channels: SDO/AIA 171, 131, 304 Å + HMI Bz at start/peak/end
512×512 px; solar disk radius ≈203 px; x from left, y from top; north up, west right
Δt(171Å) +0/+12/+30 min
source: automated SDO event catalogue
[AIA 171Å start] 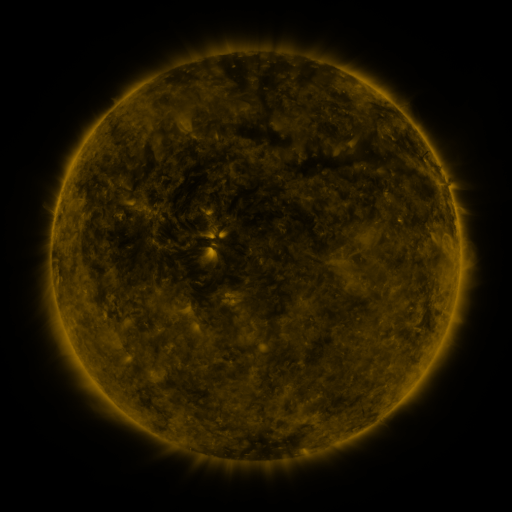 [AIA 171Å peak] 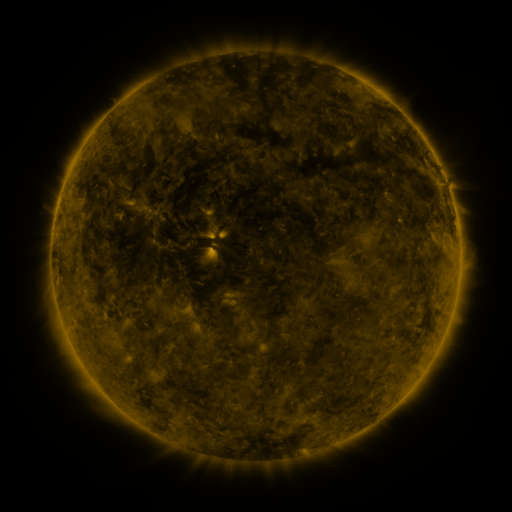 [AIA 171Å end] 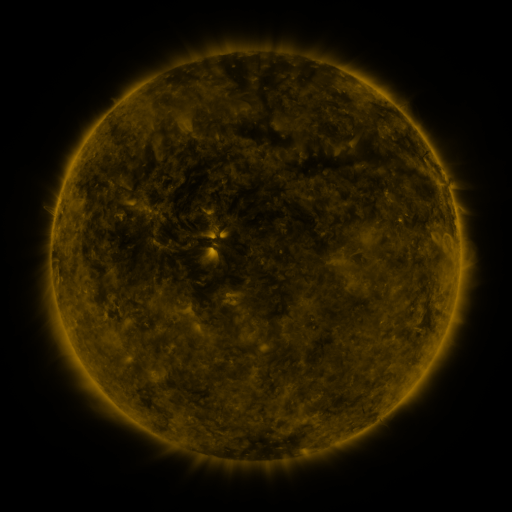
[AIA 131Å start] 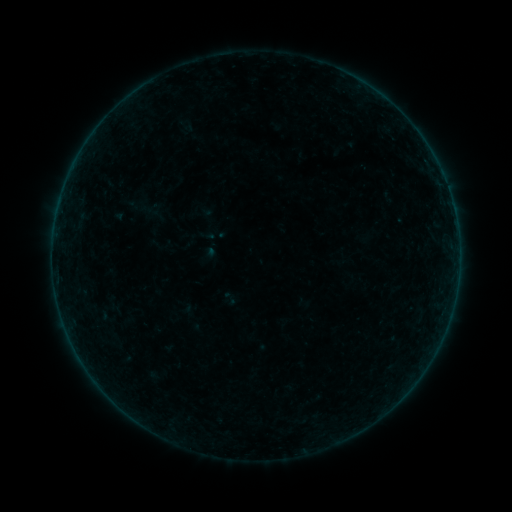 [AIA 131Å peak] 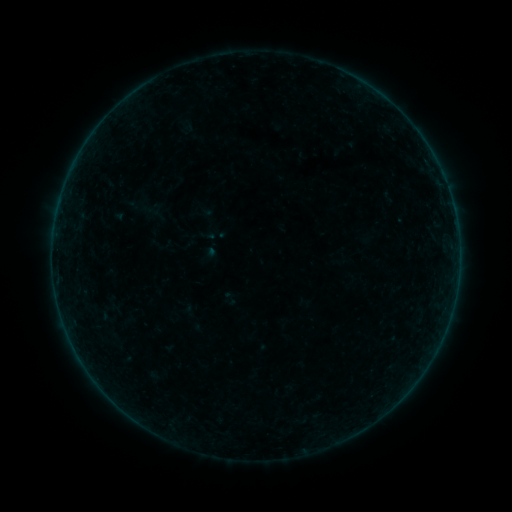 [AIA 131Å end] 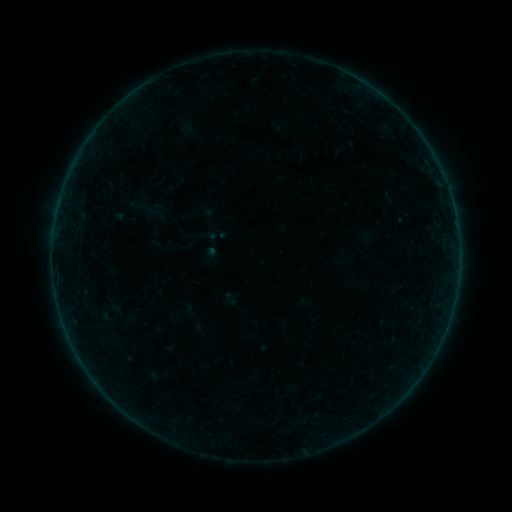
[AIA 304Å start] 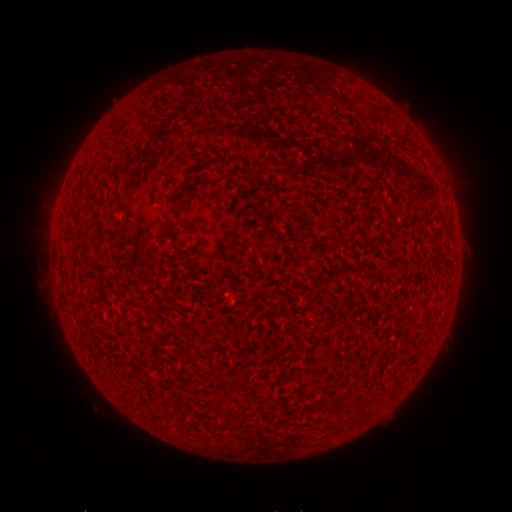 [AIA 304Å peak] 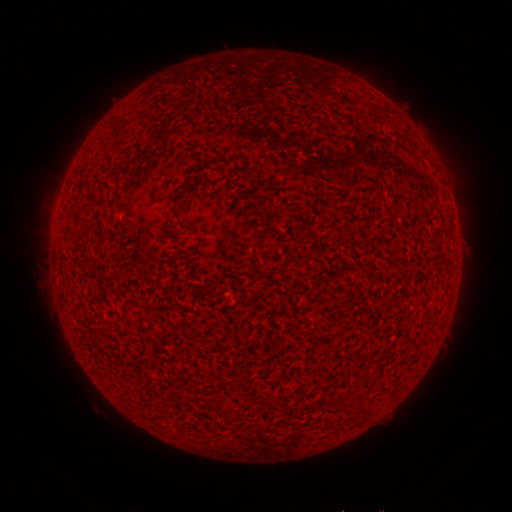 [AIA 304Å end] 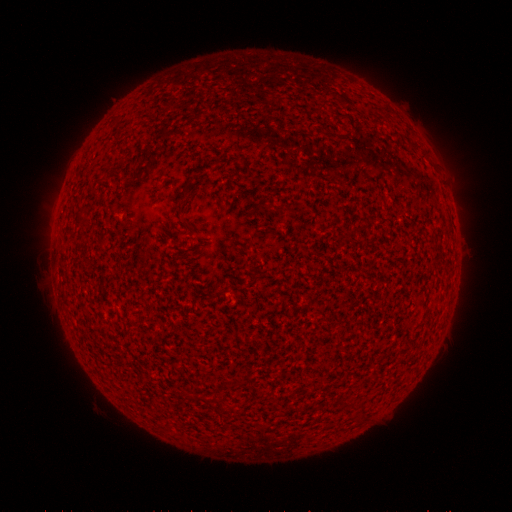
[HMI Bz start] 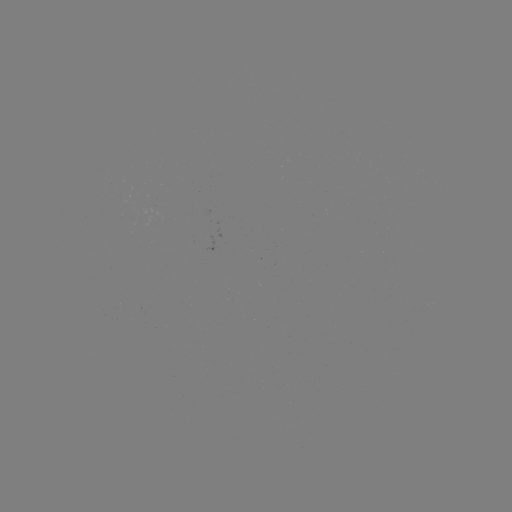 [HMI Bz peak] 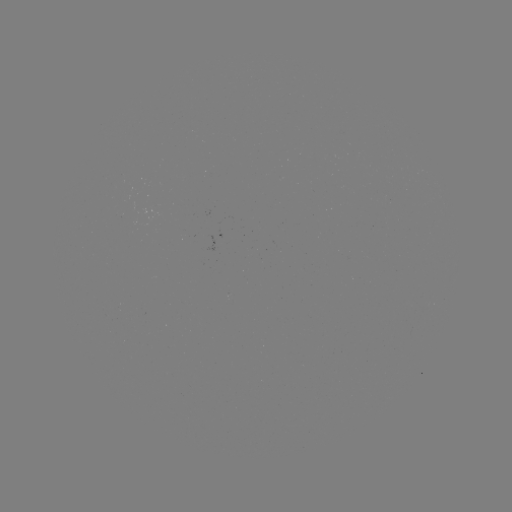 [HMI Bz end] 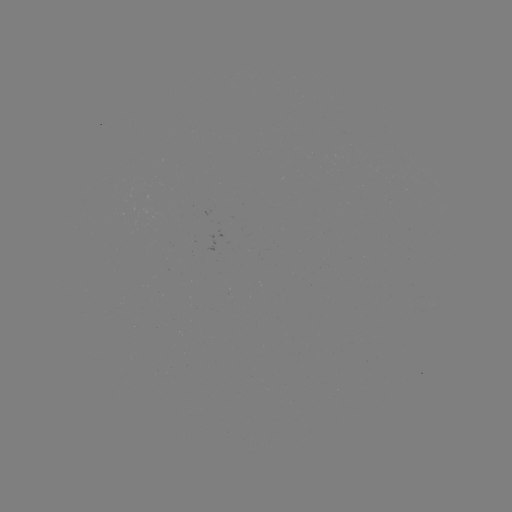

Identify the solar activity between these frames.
no classed flare was catalogued and no EUV brightening was flagged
